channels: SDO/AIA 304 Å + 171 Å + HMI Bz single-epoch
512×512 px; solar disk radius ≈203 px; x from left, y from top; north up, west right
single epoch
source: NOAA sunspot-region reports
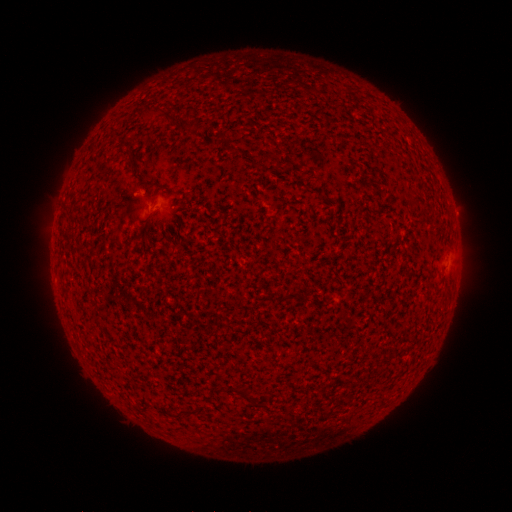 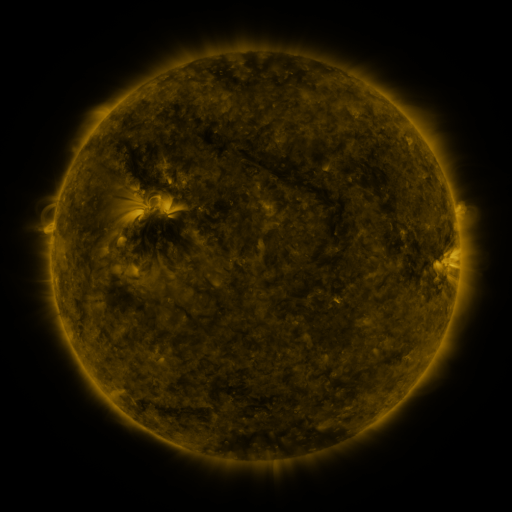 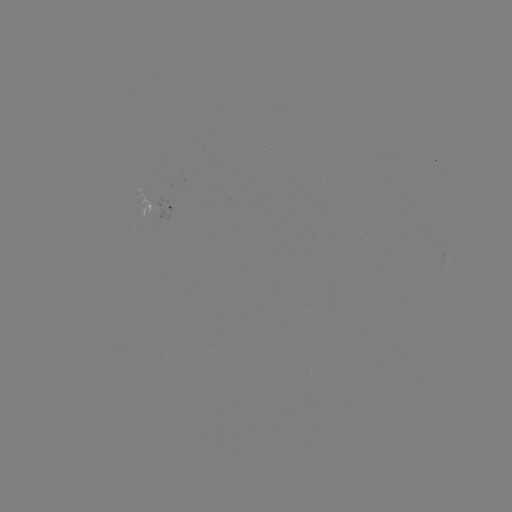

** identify spotted active region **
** [164, 202] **